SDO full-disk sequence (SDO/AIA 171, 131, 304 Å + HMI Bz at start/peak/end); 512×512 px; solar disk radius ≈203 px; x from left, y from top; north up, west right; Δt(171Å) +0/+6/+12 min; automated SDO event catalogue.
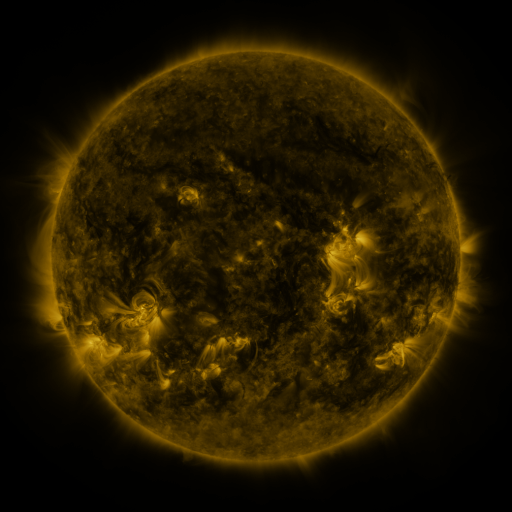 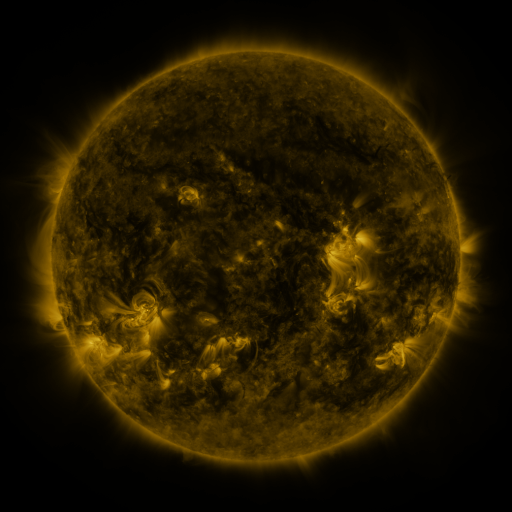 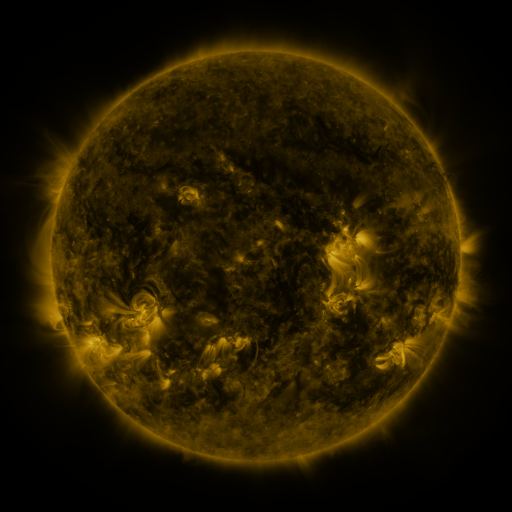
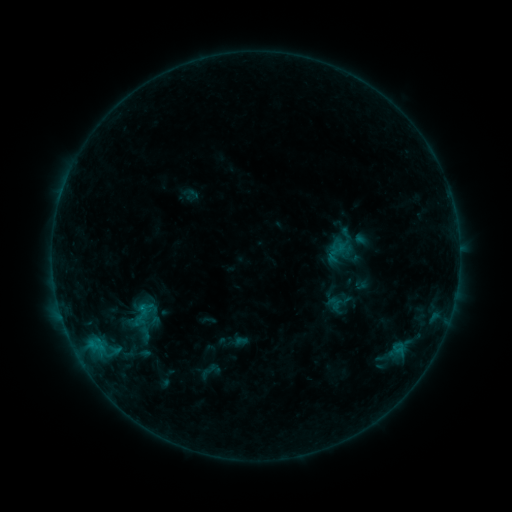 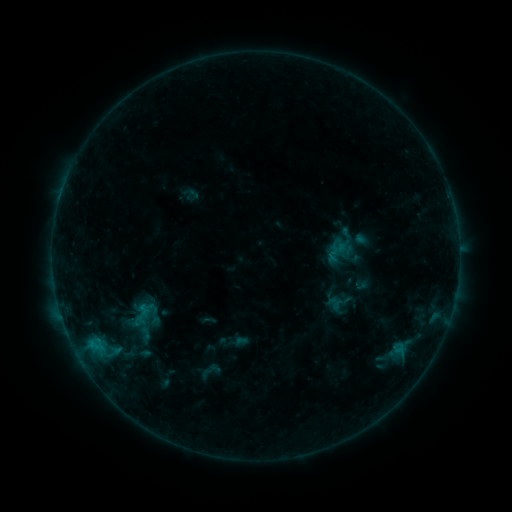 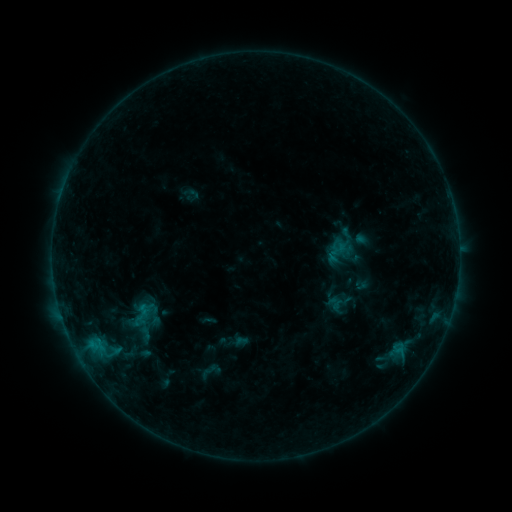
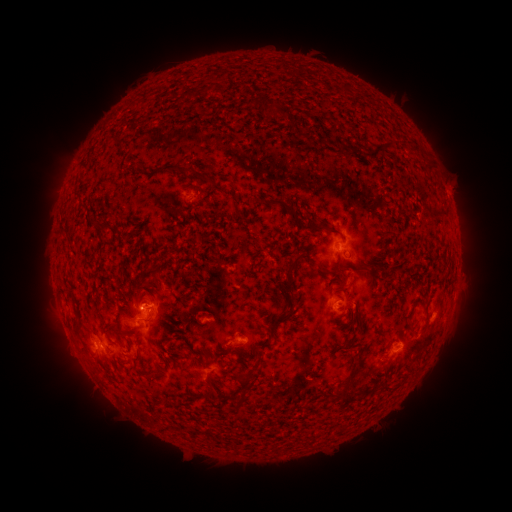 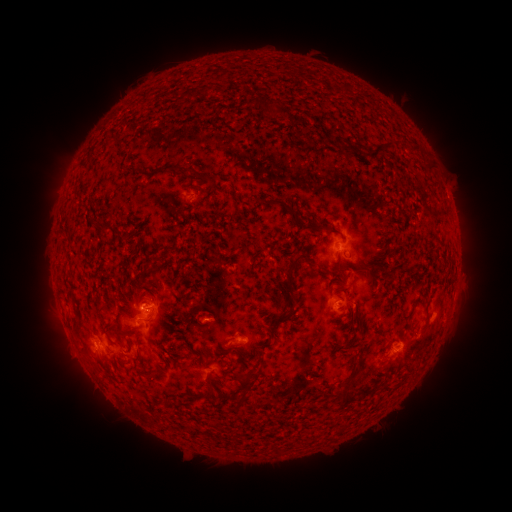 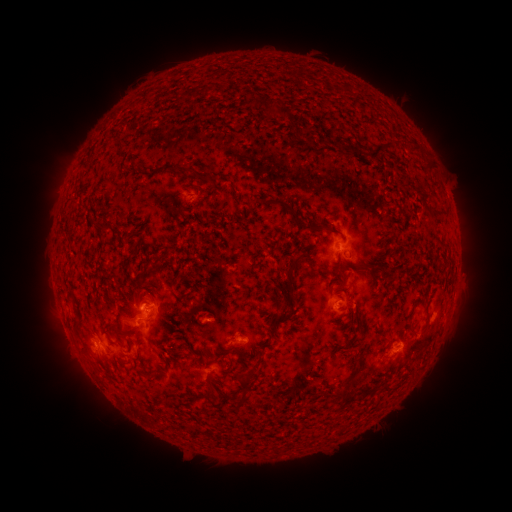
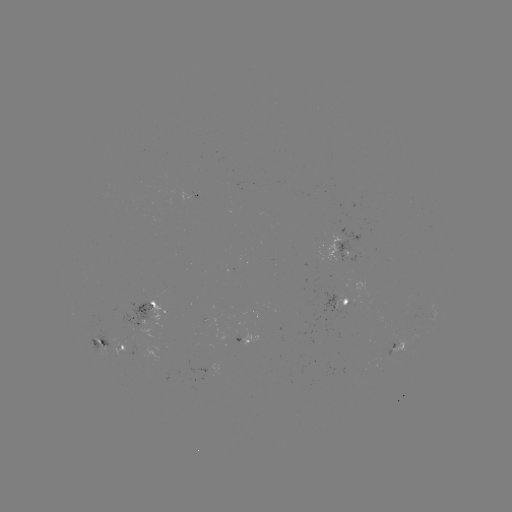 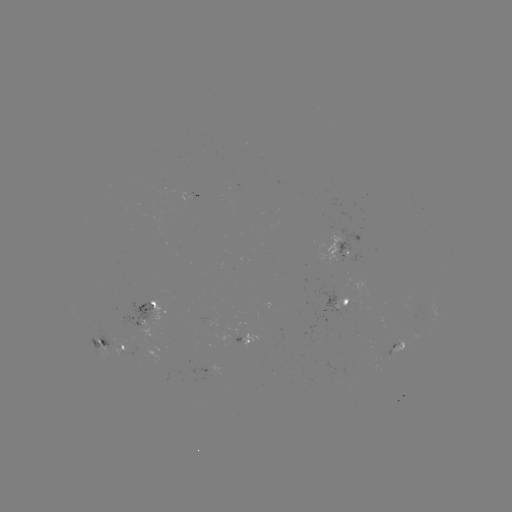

no classed flare was catalogued and no EUV brightening was flagged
